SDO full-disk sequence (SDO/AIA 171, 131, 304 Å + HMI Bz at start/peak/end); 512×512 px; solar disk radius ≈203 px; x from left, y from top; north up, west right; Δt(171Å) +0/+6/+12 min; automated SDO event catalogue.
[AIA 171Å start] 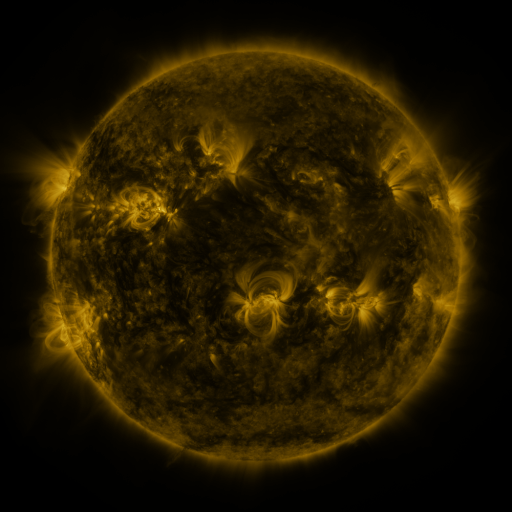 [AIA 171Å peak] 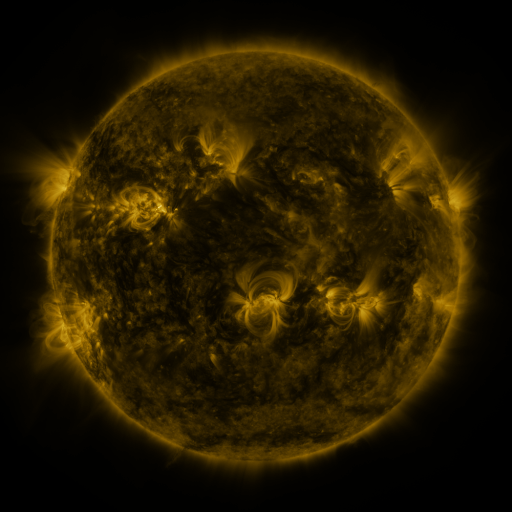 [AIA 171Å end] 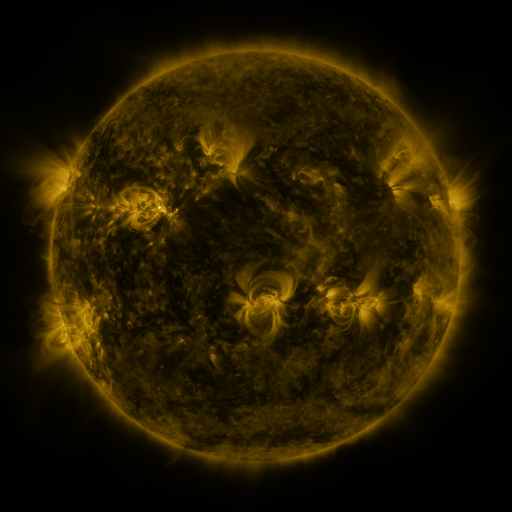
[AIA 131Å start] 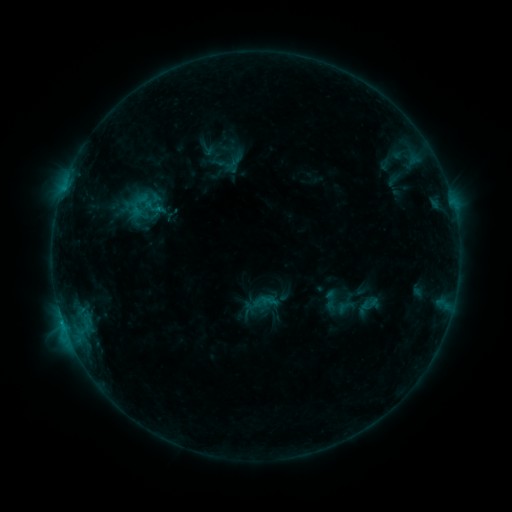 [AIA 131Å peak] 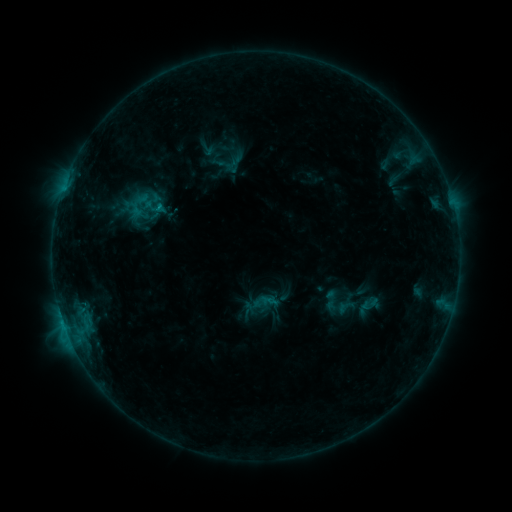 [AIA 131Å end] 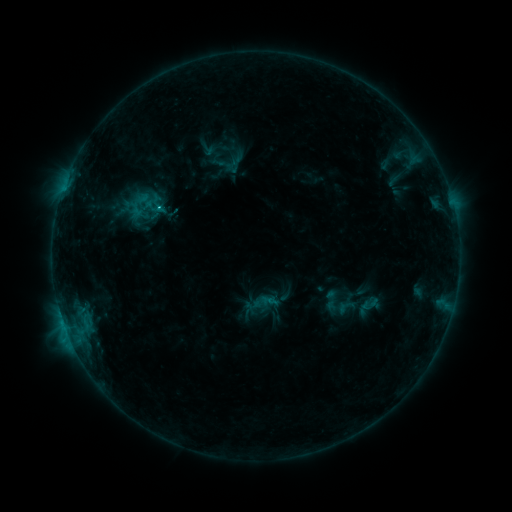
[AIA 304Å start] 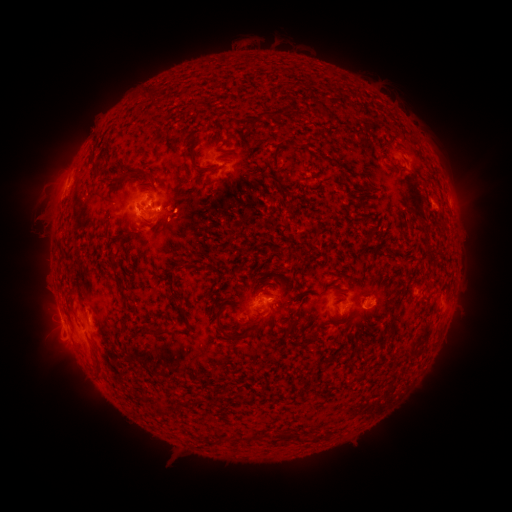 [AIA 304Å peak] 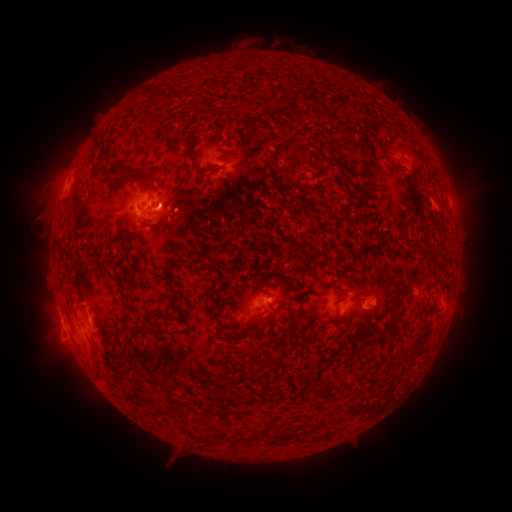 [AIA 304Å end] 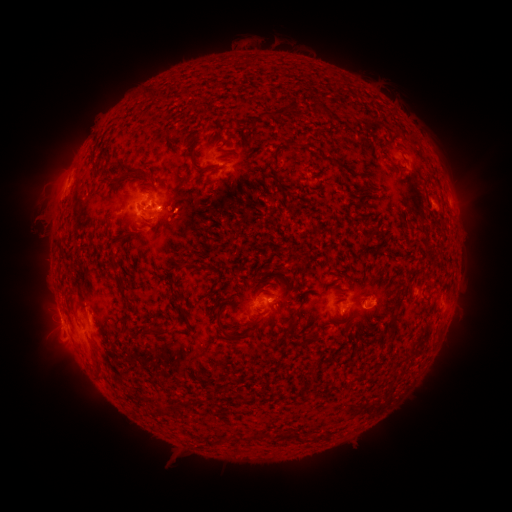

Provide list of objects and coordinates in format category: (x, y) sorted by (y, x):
C1.9 flare: (161, 207)
